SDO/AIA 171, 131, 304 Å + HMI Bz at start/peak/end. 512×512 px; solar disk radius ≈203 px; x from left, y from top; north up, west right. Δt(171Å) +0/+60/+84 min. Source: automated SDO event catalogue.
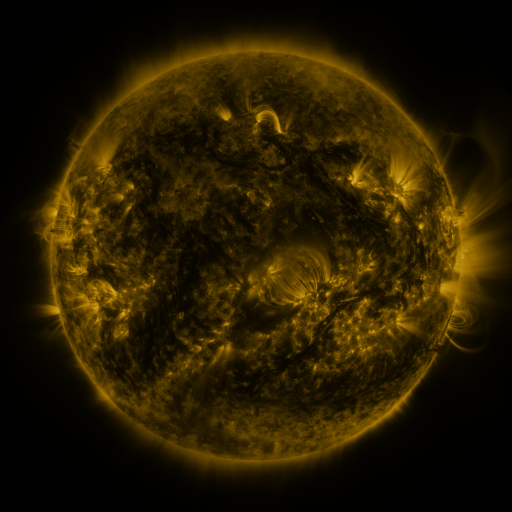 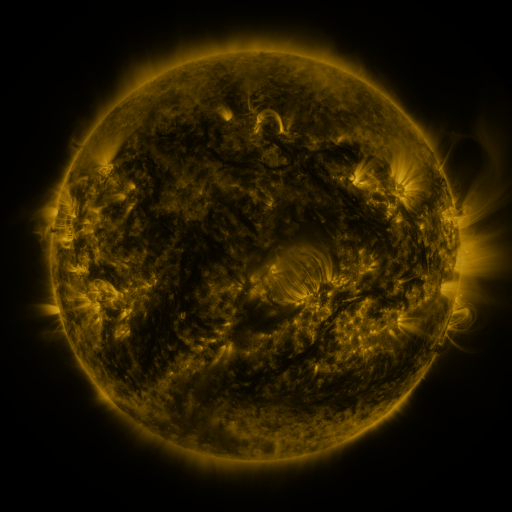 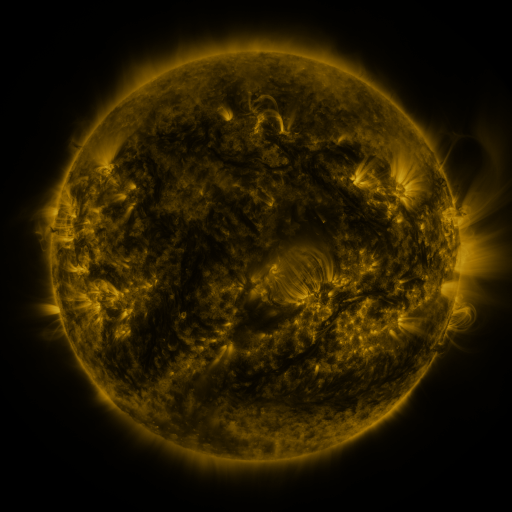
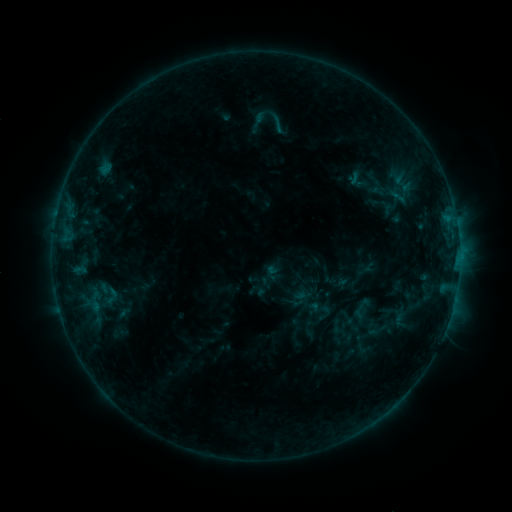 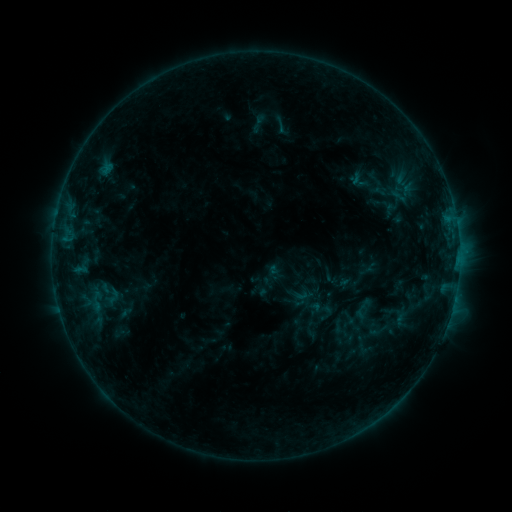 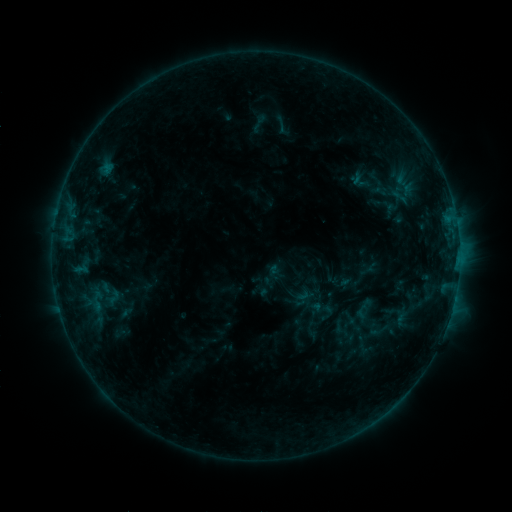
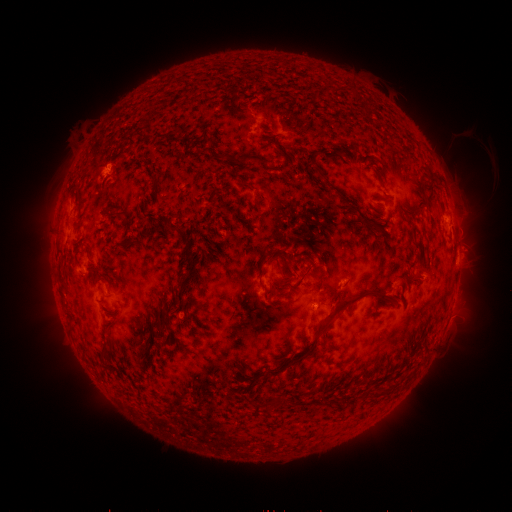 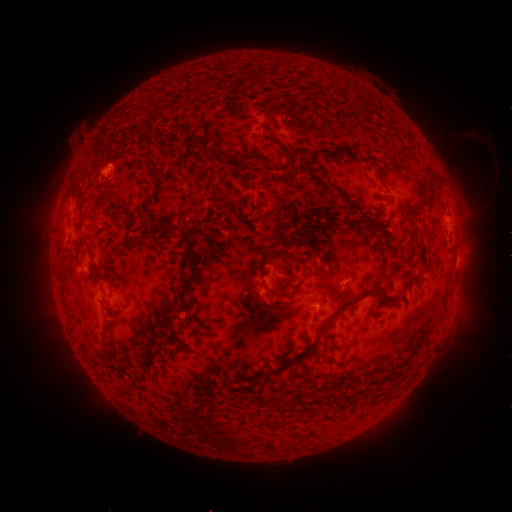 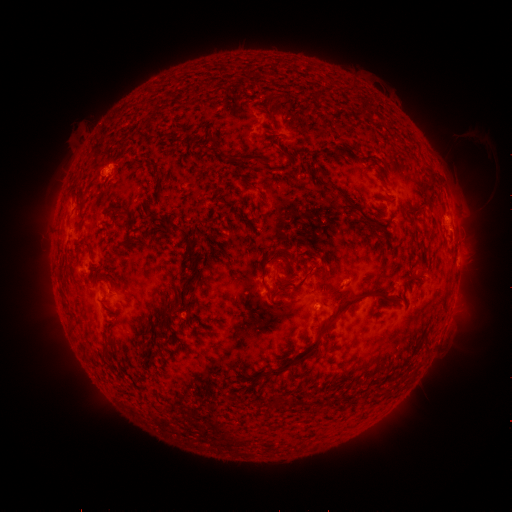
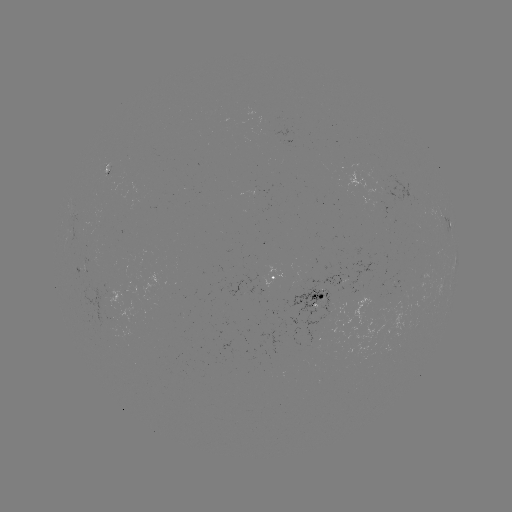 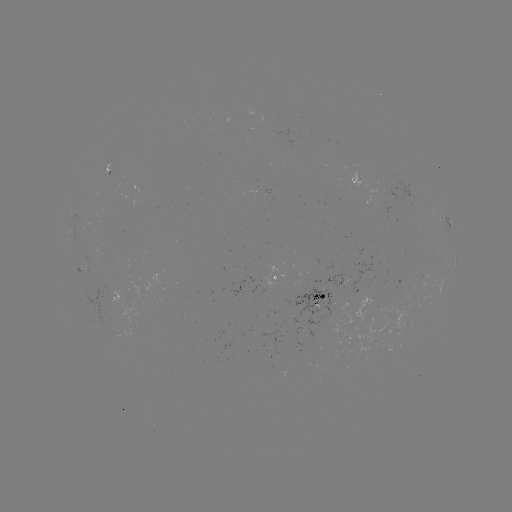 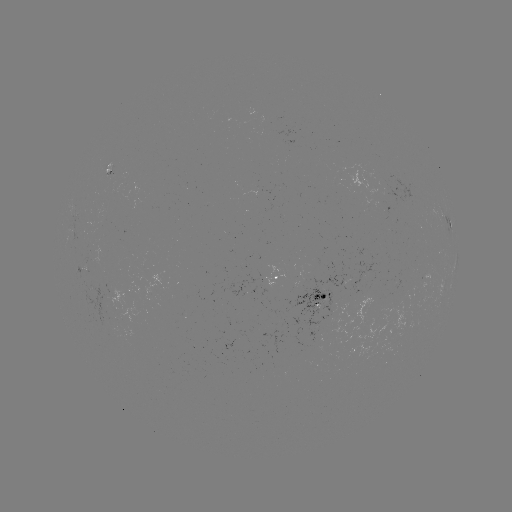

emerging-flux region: [378, 175, 423, 206]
